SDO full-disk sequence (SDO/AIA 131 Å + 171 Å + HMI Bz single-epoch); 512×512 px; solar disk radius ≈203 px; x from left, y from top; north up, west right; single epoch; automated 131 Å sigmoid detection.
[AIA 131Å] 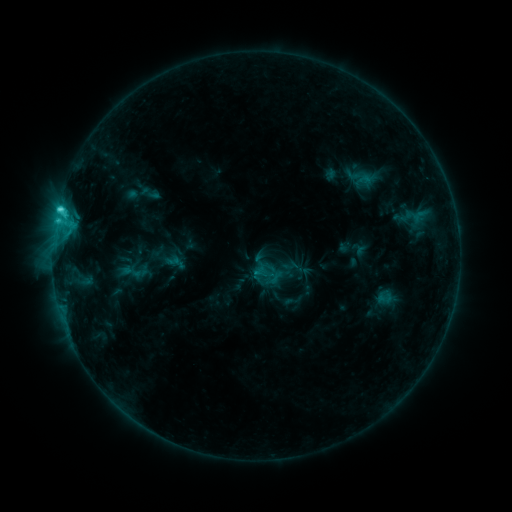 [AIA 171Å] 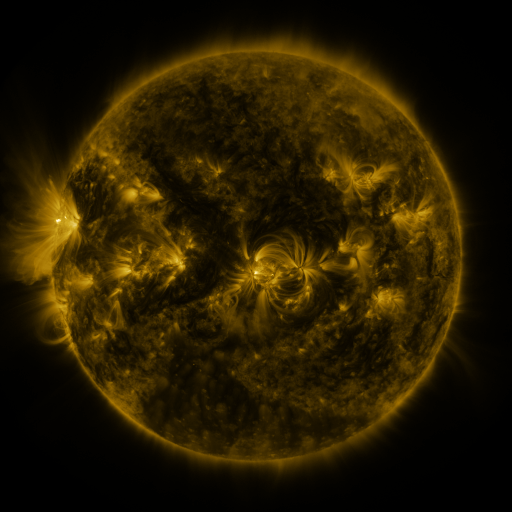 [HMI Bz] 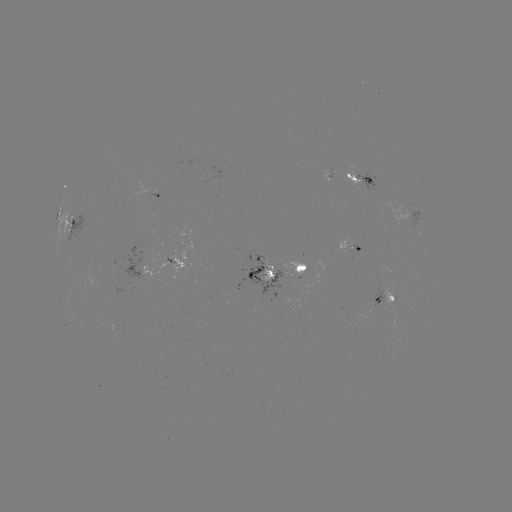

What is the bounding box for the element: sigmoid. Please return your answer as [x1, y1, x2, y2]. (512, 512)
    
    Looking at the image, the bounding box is [119, 261, 144, 282].